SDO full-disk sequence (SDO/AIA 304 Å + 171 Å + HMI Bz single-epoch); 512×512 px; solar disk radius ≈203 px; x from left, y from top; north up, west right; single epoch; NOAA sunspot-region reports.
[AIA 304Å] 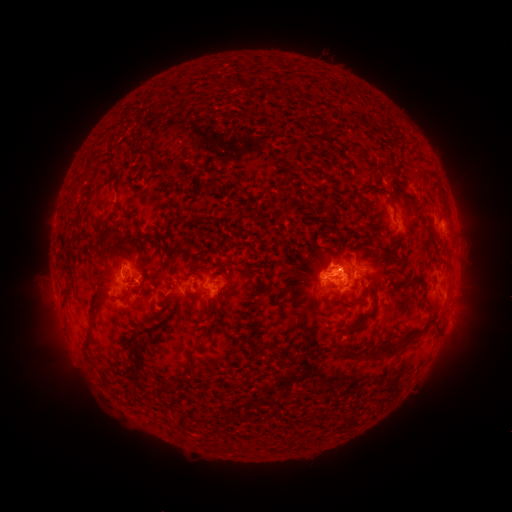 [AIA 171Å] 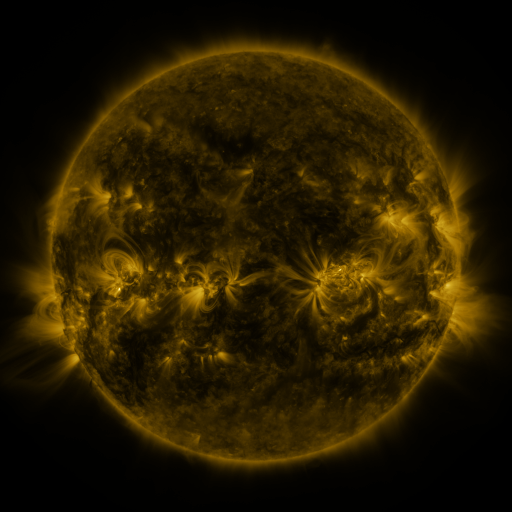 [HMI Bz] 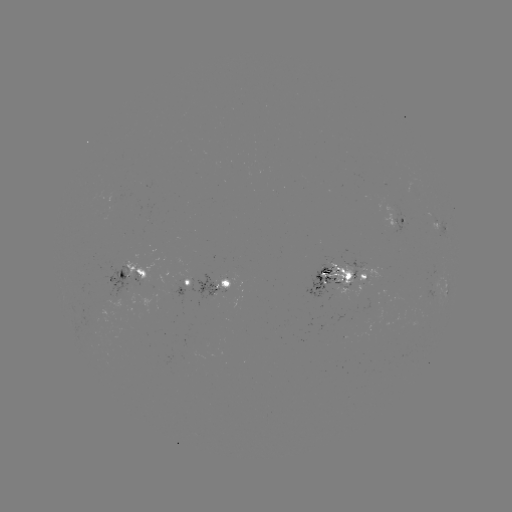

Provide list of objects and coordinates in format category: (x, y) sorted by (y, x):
spotted active region: (389, 183)
spotted active region: (440, 221)
spotted active region: (341, 259)
spotted active region: (132, 268)
spotted active region: (211, 285)
spotted active region: (445, 287)
